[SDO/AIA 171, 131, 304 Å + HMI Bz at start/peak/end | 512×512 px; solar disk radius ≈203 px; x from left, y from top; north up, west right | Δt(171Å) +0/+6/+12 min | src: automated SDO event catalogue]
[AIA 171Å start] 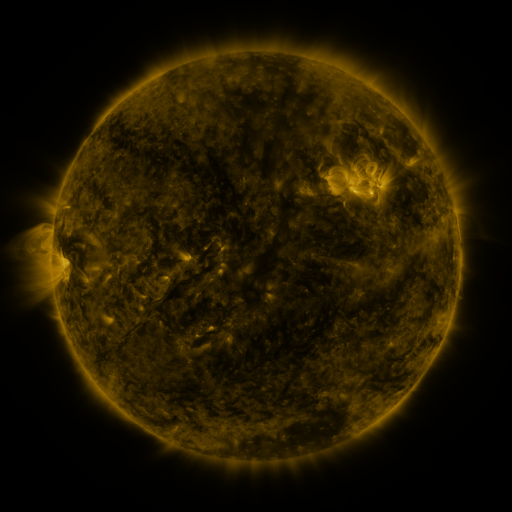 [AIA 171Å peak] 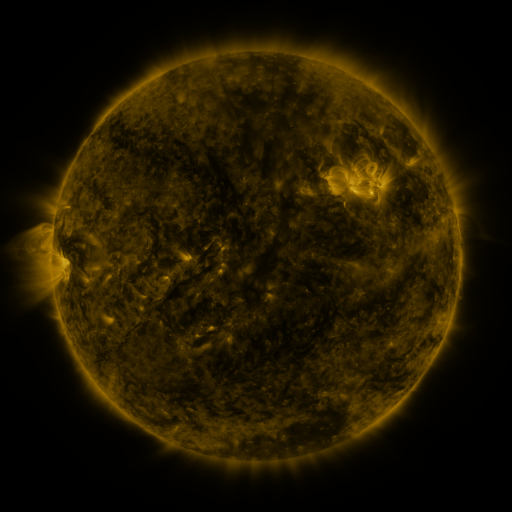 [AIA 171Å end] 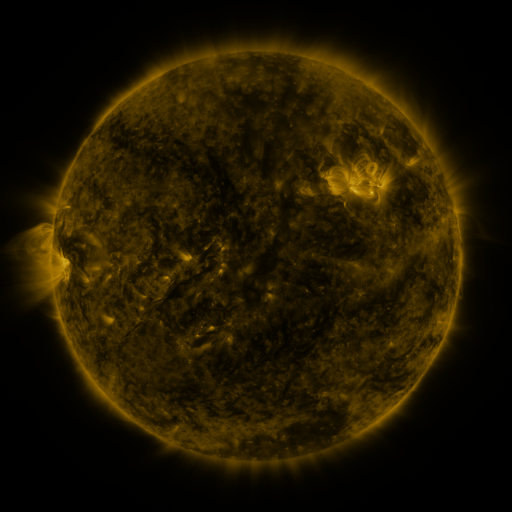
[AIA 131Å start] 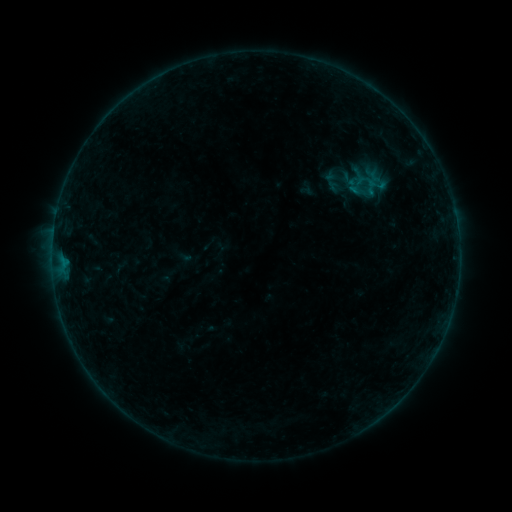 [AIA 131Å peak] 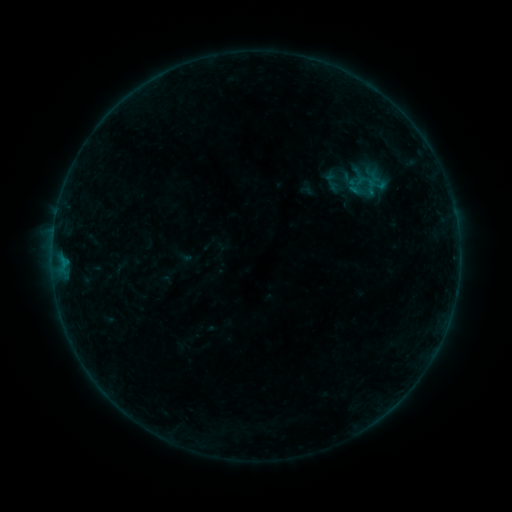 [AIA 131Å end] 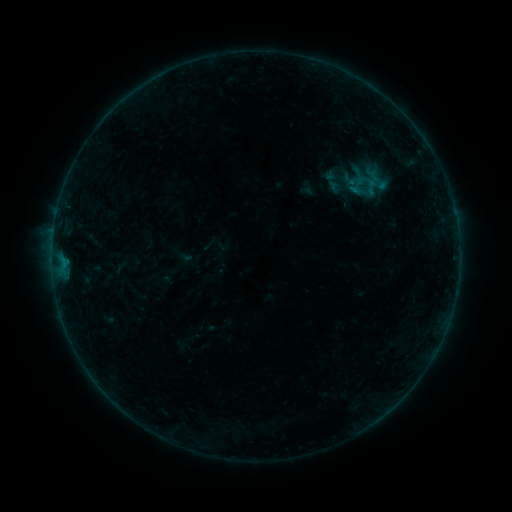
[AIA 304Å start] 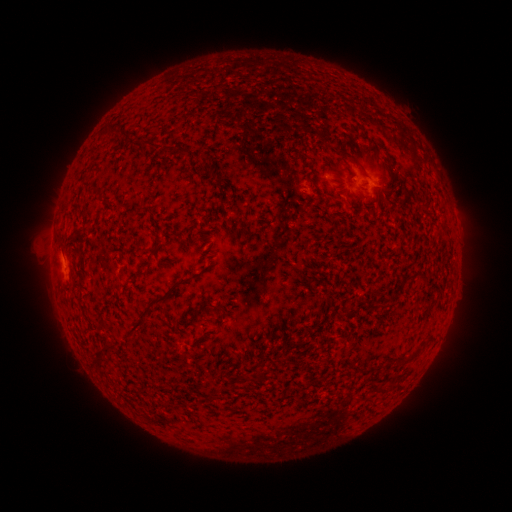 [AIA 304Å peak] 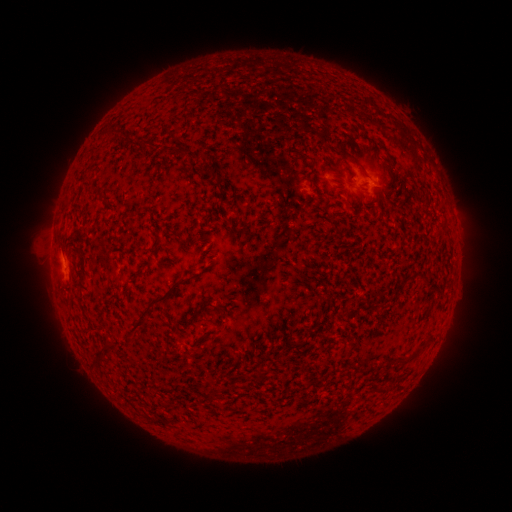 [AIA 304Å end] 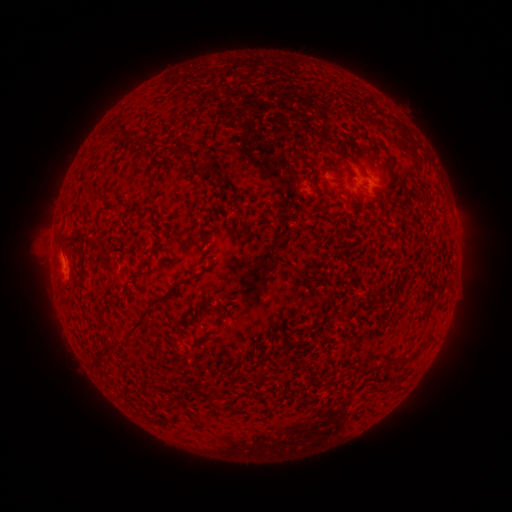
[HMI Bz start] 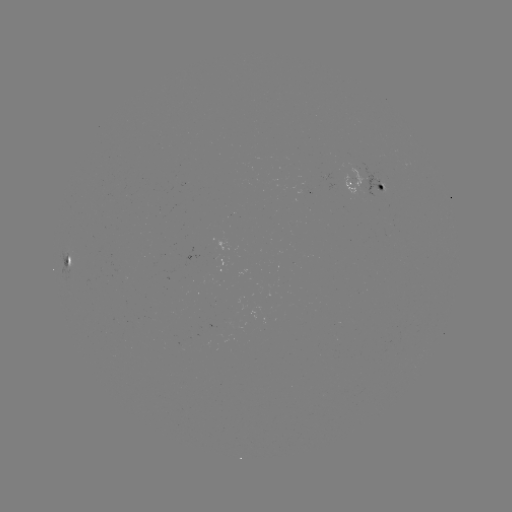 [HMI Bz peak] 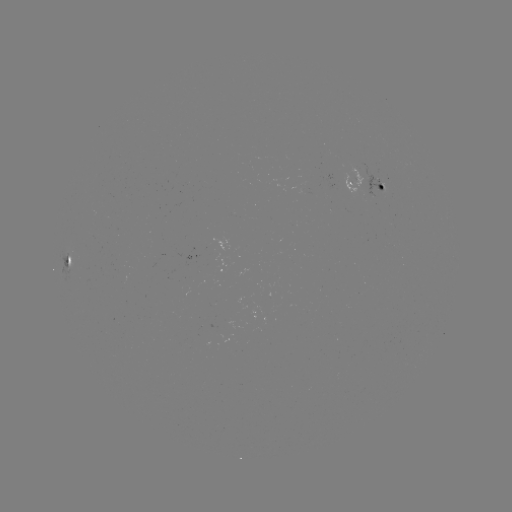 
no catalogued flare and no flagged EUV brightening in this window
